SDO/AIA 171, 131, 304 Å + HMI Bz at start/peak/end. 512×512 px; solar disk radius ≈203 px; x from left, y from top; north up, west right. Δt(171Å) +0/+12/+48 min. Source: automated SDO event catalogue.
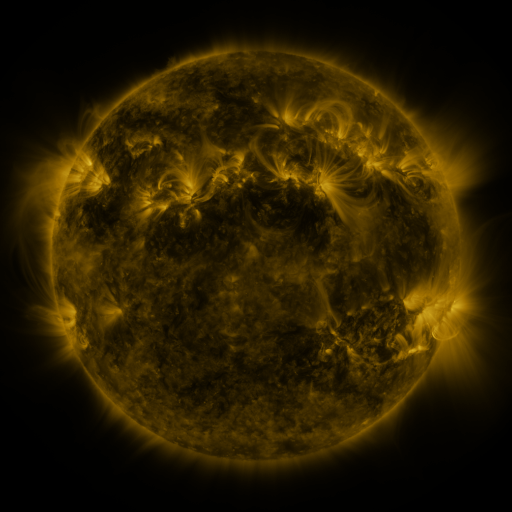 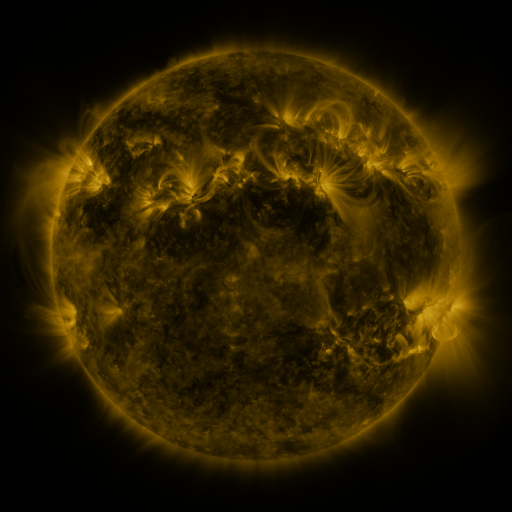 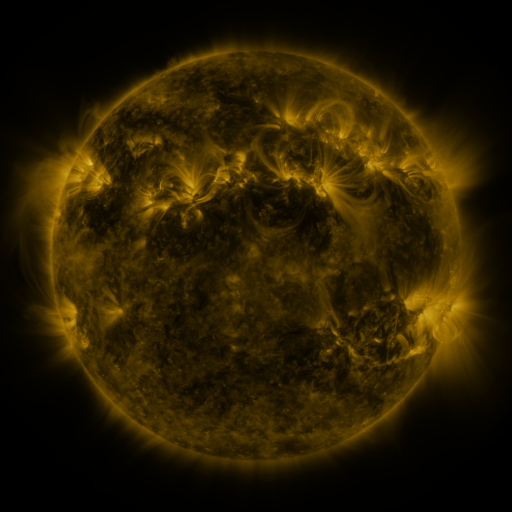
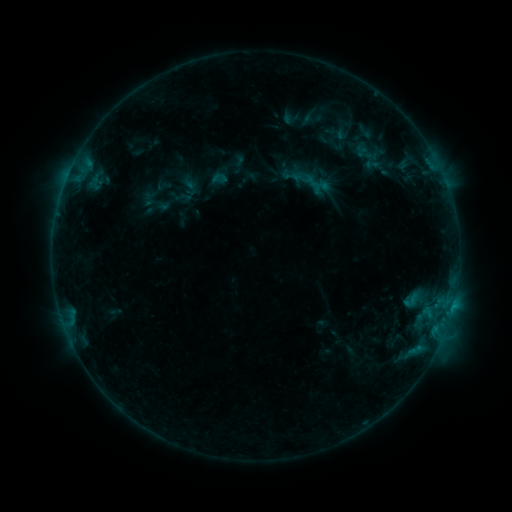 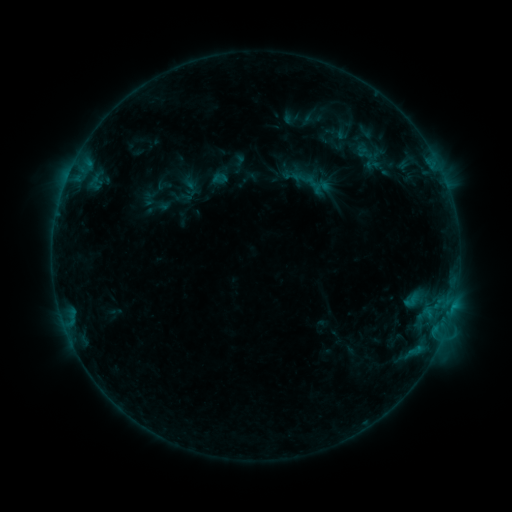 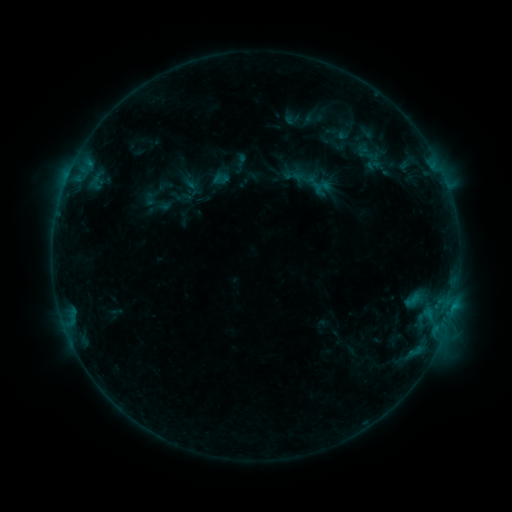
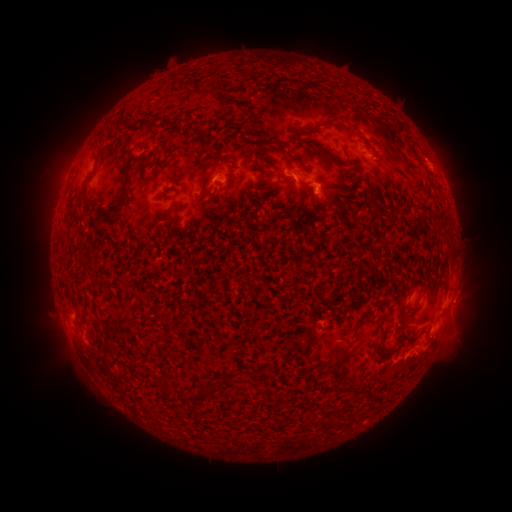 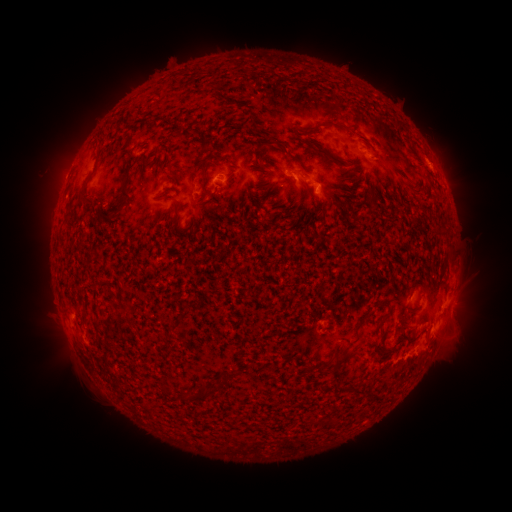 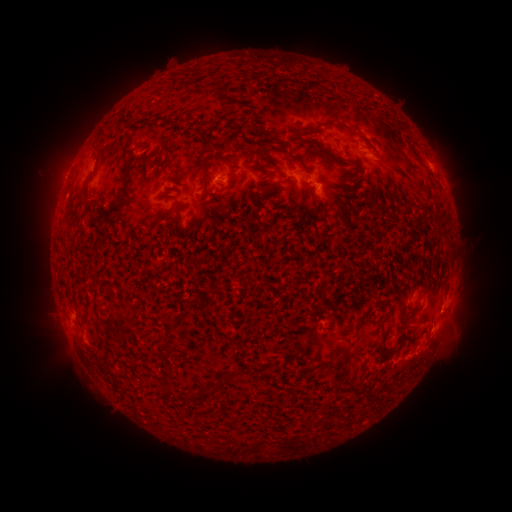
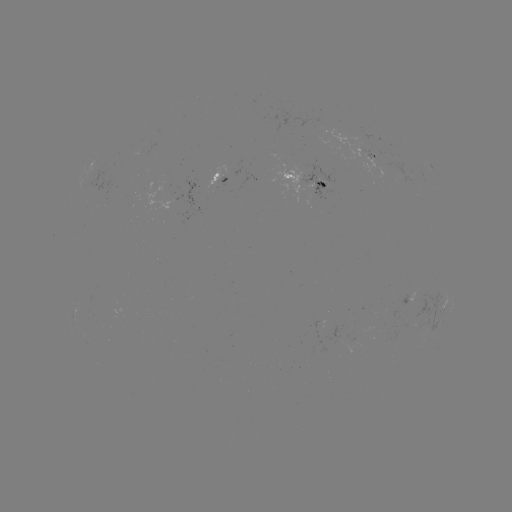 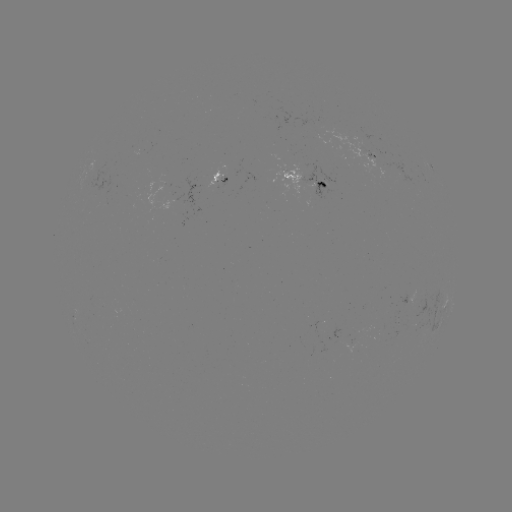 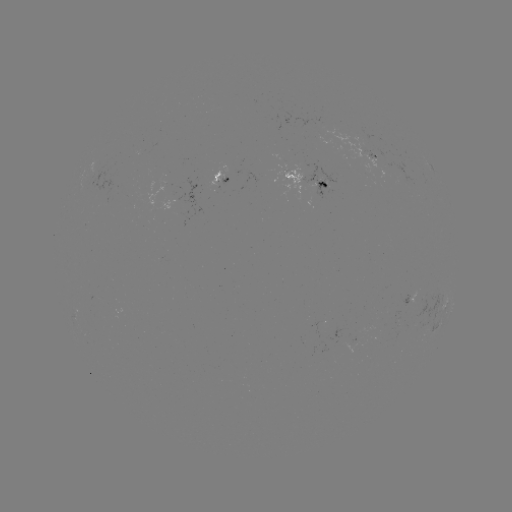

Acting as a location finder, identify emerging-flux region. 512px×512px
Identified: [297, 177].